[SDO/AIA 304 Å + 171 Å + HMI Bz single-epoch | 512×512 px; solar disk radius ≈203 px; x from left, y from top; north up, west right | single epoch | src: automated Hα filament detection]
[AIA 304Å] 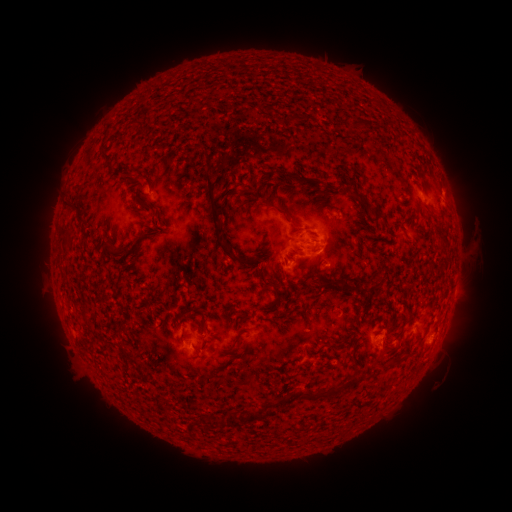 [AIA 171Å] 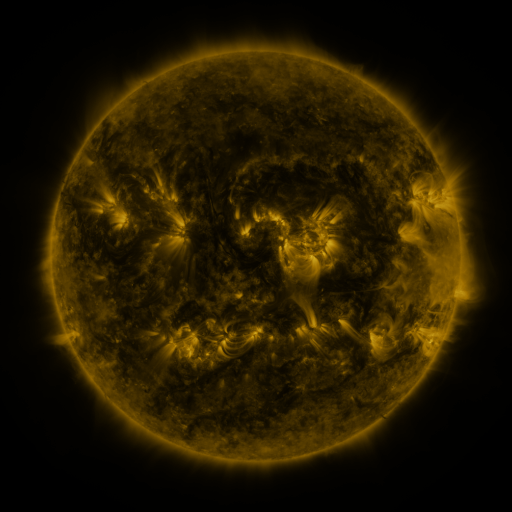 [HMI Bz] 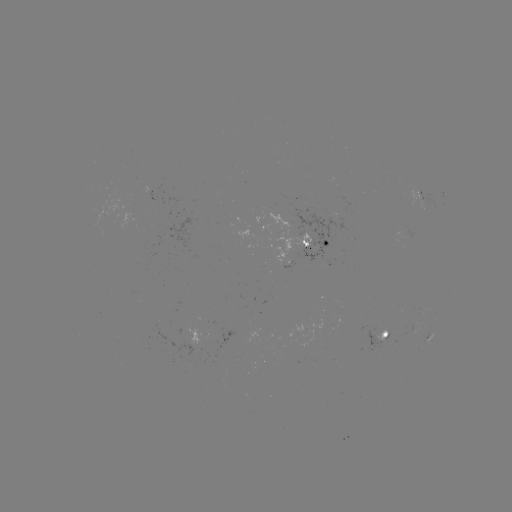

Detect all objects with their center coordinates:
filament: (266, 109)
filament: (195, 112)
filament: (291, 118)
filament: (304, 118)
filament: (101, 157)
filament: (291, 175)
filament: (136, 180)
filament: (359, 195)
filament: (136, 199)
filament: (67, 208)
filament: (284, 211)
filament: (377, 214)
filament: (214, 219)
filament: (77, 221)
filament: (64, 236)
filament: (122, 253)
filament: (265, 270)
filament: (325, 277)
filament: (292, 284)
filament: (276, 289)
filament: (362, 290)
filament: (254, 311)
filament: (86, 315)
filament: (185, 316)
filament: (127, 332)
filament: (235, 345)
filament: (401, 356)
filament: (129, 357)
filament: (333, 391)
filament: (282, 401)
filament: (257, 416)
filament: (235, 420)
filament: (219, 421)
